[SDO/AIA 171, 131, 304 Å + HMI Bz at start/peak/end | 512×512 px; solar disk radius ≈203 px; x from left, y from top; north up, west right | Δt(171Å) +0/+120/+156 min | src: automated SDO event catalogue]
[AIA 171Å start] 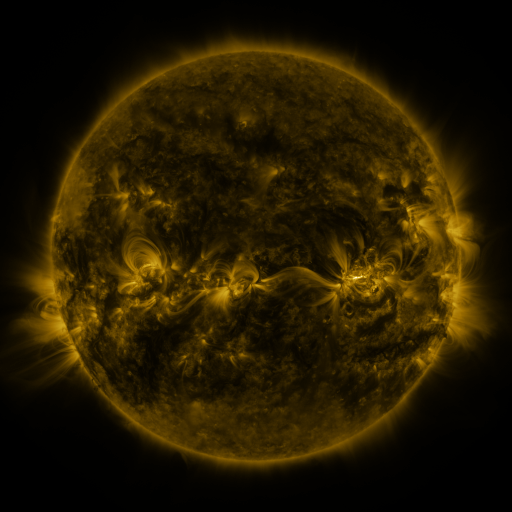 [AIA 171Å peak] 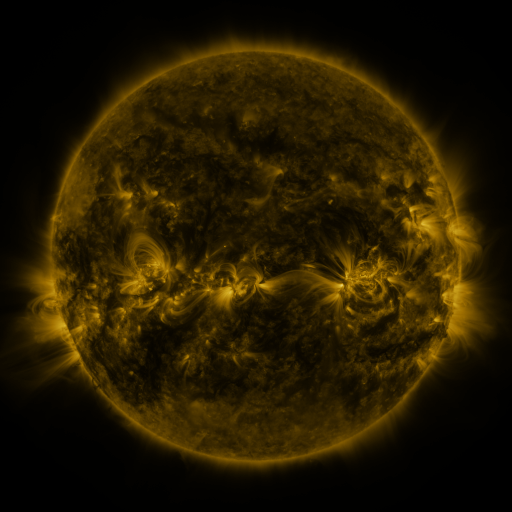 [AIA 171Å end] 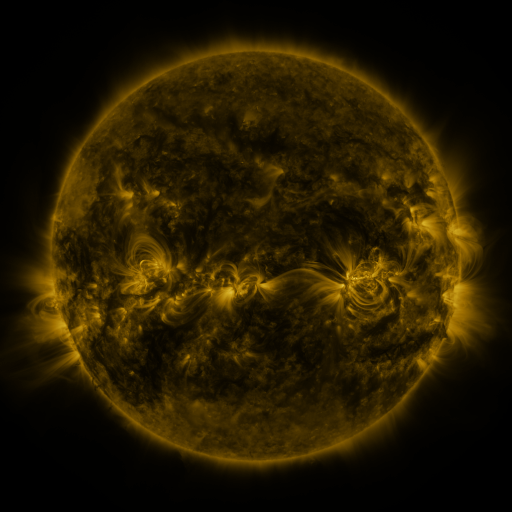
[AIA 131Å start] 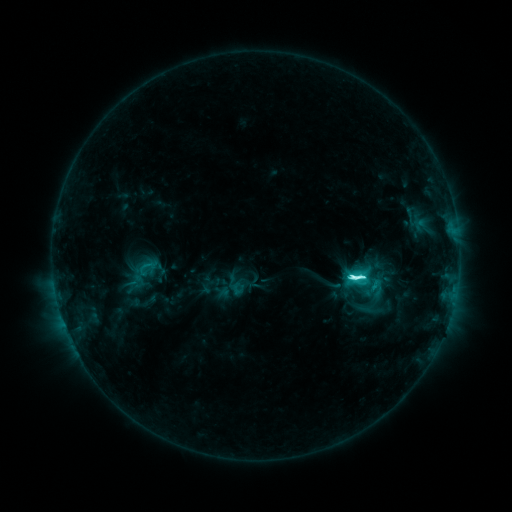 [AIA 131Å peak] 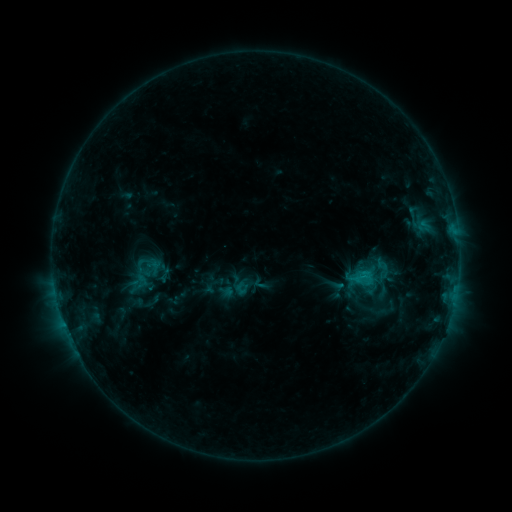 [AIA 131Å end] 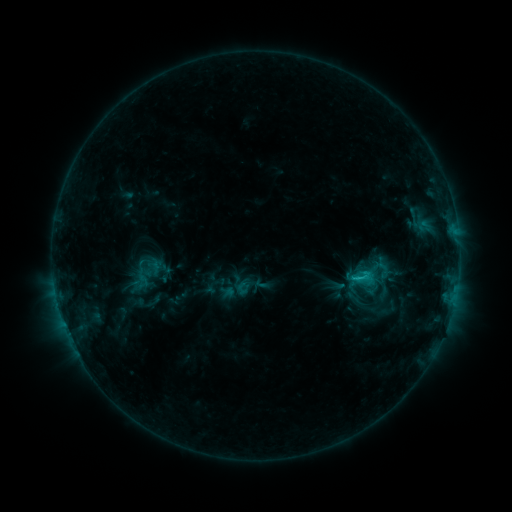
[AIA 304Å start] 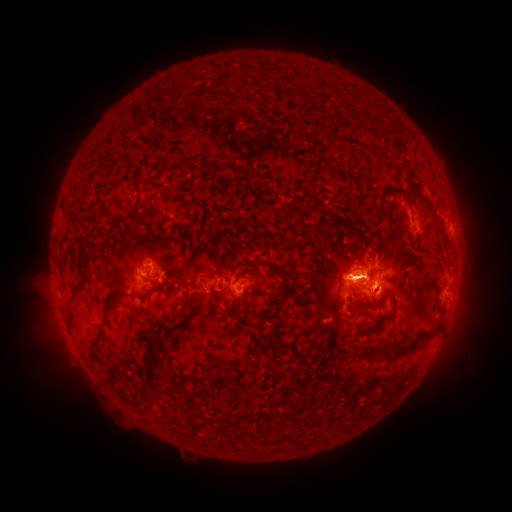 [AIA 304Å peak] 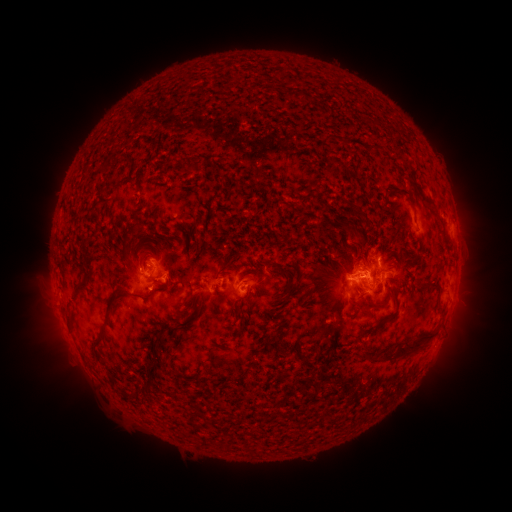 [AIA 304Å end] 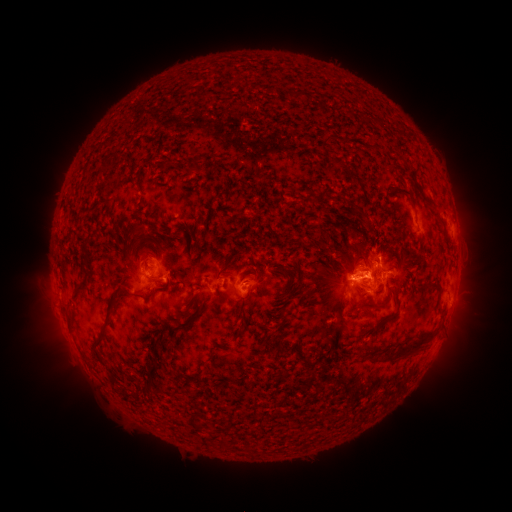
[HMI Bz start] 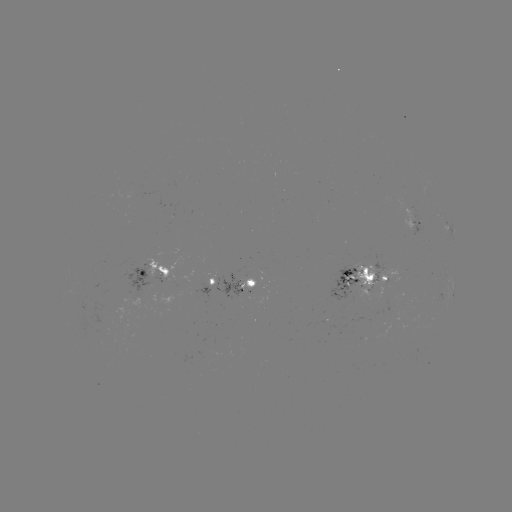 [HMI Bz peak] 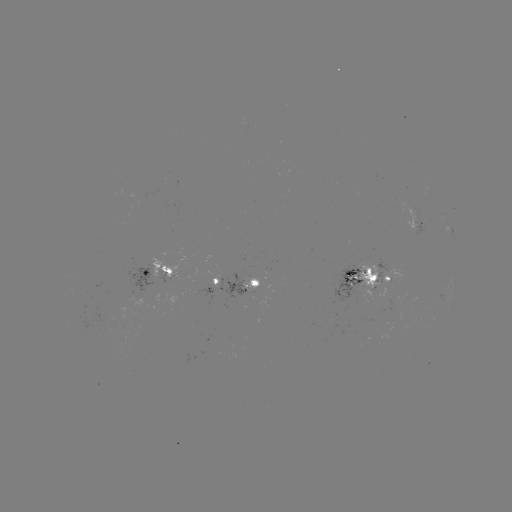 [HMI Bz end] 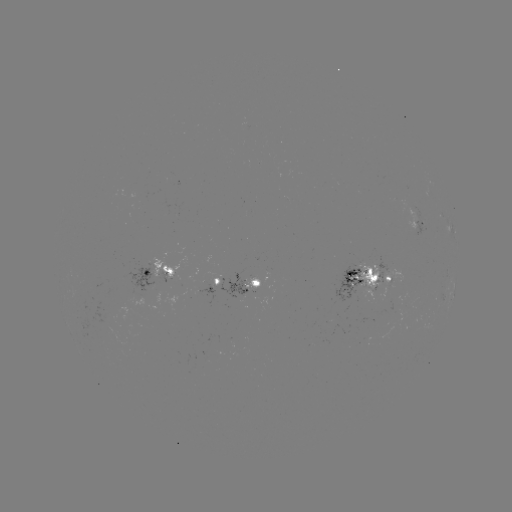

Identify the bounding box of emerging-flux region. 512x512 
[196, 282, 214, 303].